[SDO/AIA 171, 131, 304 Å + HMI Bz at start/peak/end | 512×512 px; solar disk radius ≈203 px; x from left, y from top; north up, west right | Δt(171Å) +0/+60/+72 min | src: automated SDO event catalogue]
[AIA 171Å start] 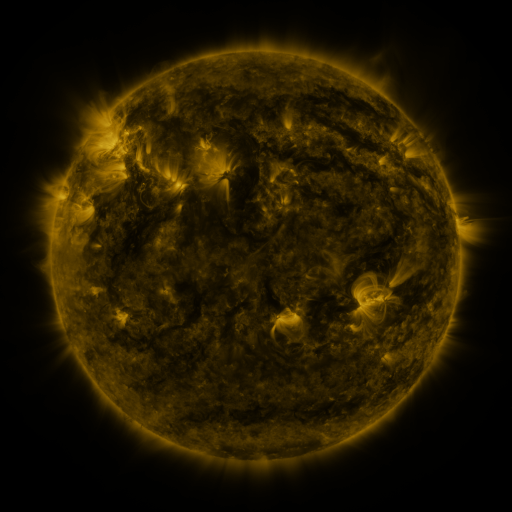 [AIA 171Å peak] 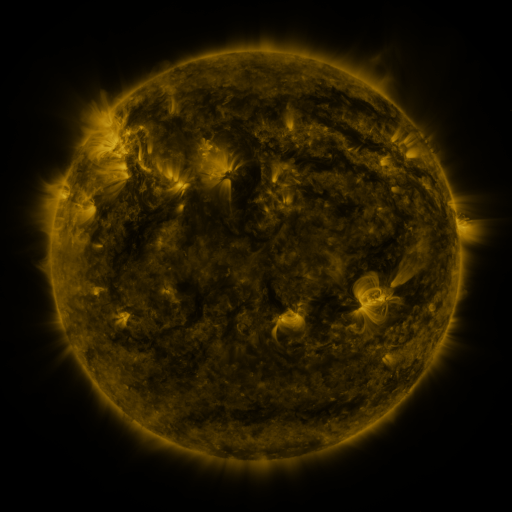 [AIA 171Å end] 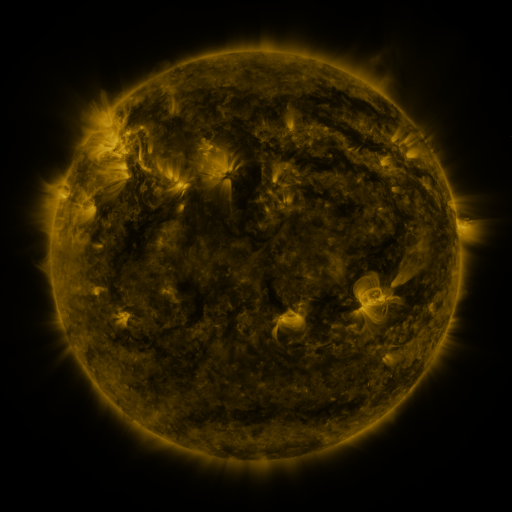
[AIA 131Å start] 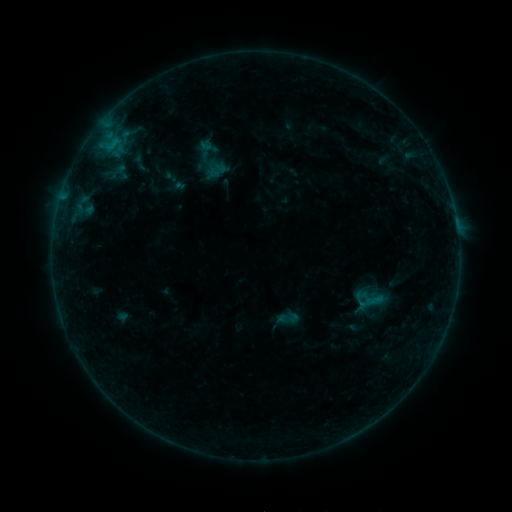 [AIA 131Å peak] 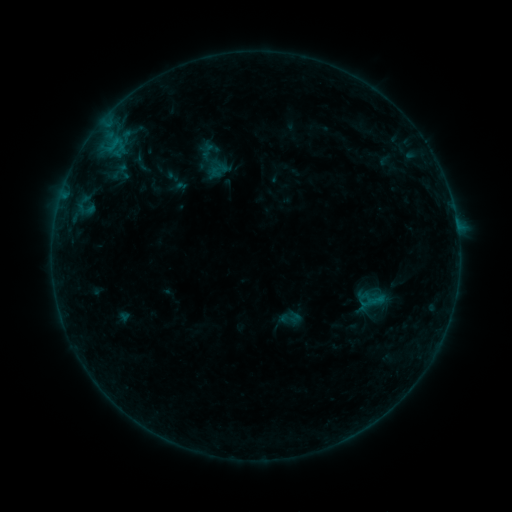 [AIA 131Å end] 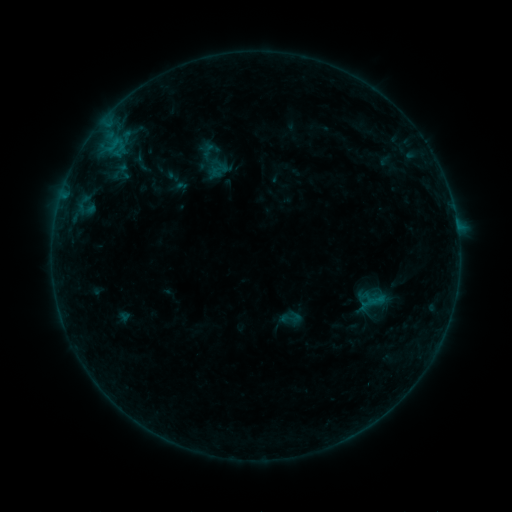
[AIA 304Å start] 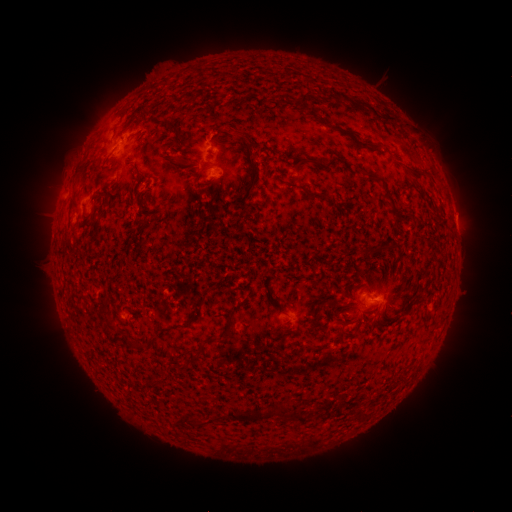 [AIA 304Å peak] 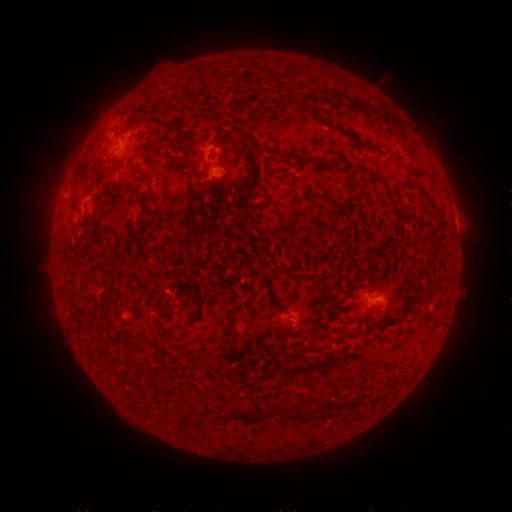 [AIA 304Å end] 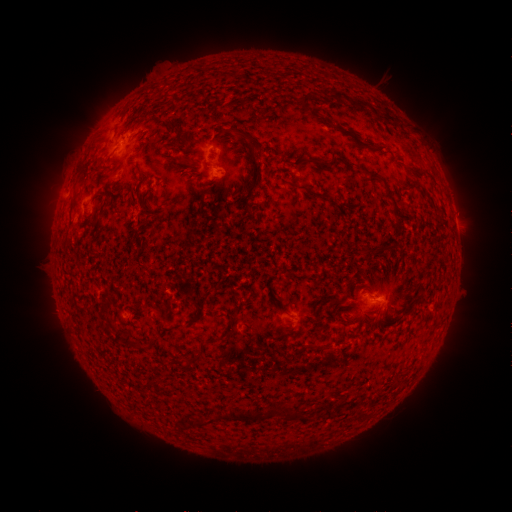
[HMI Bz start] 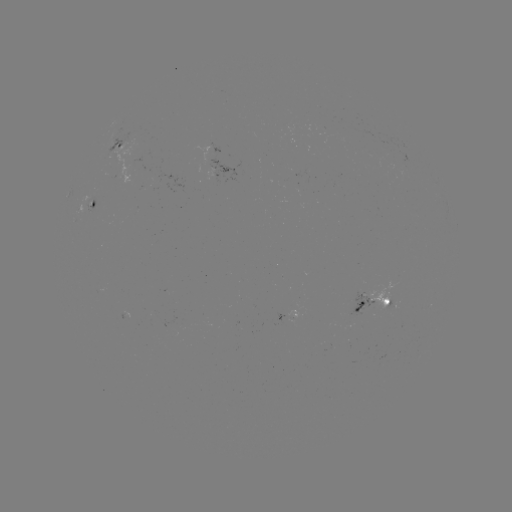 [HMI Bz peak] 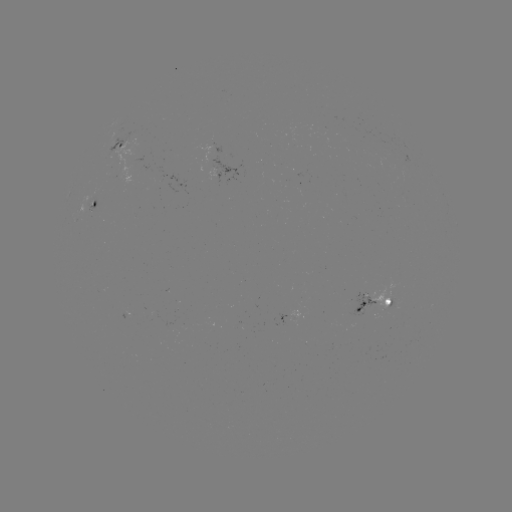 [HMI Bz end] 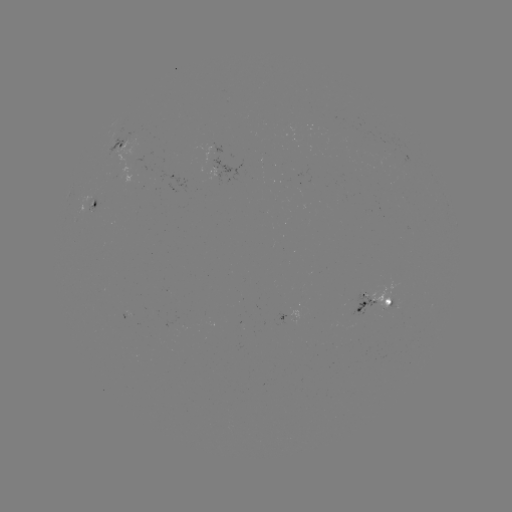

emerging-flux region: [348, 292, 374, 318]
